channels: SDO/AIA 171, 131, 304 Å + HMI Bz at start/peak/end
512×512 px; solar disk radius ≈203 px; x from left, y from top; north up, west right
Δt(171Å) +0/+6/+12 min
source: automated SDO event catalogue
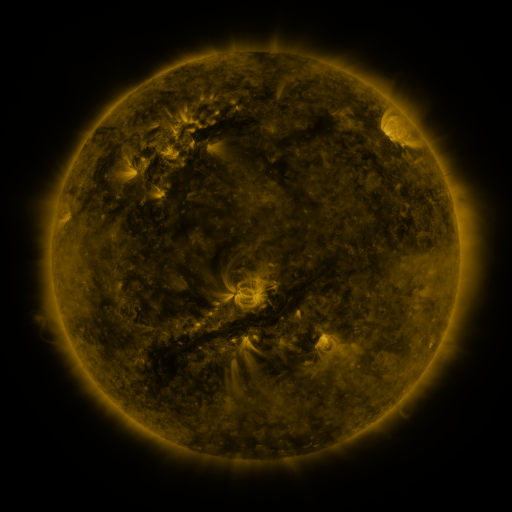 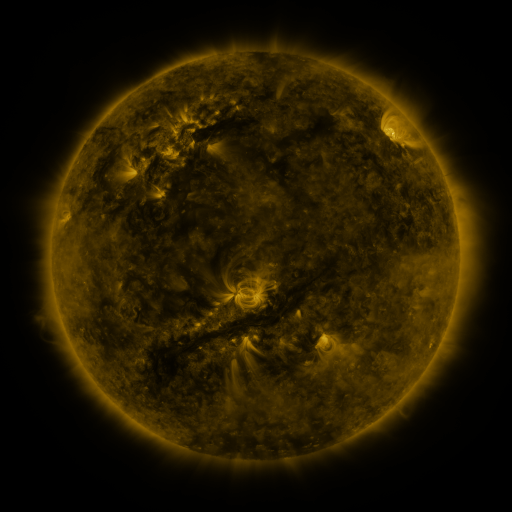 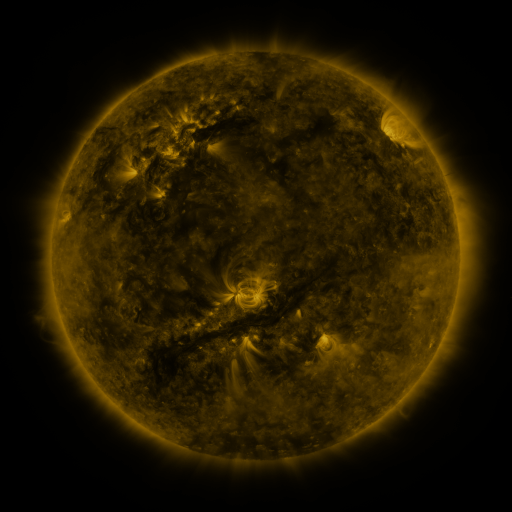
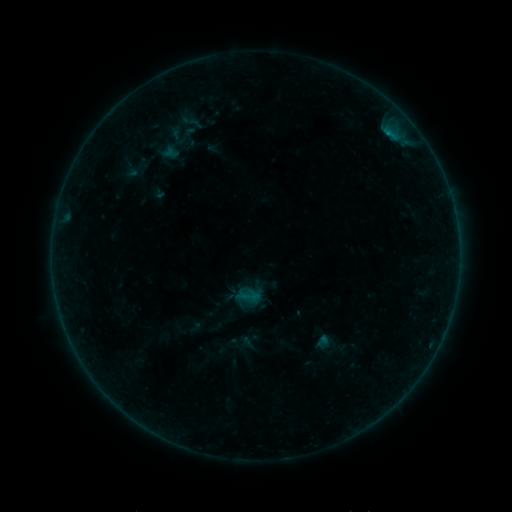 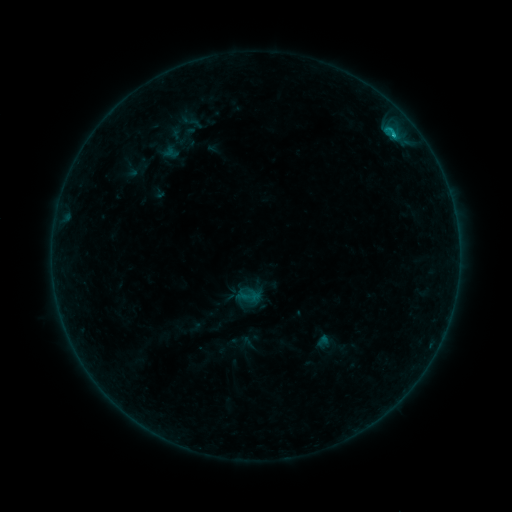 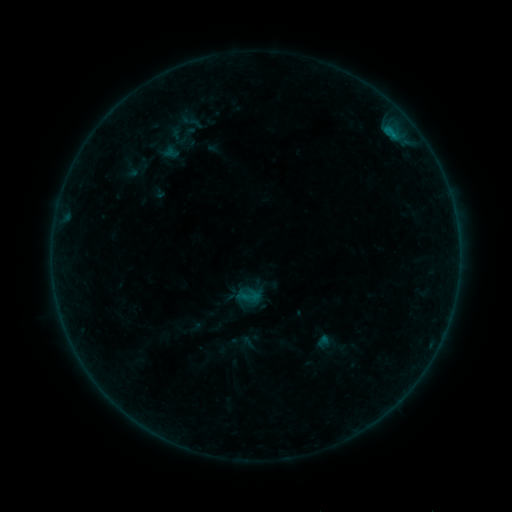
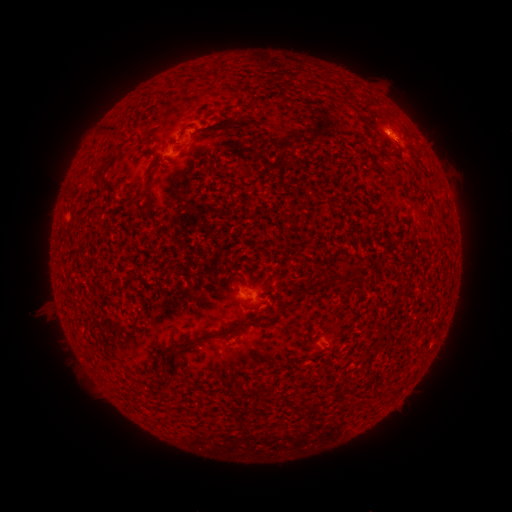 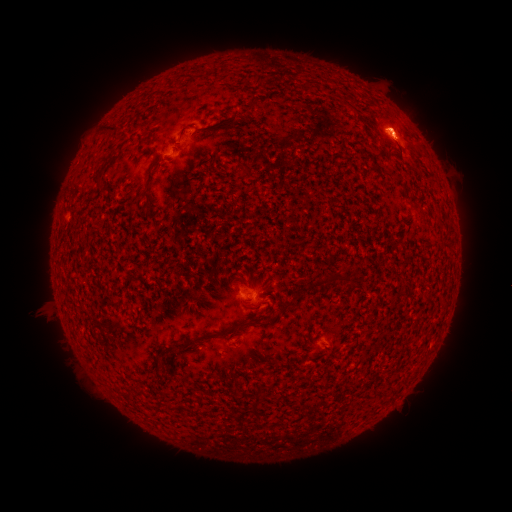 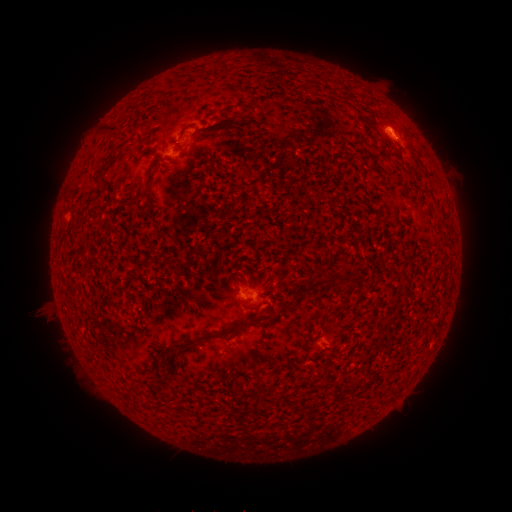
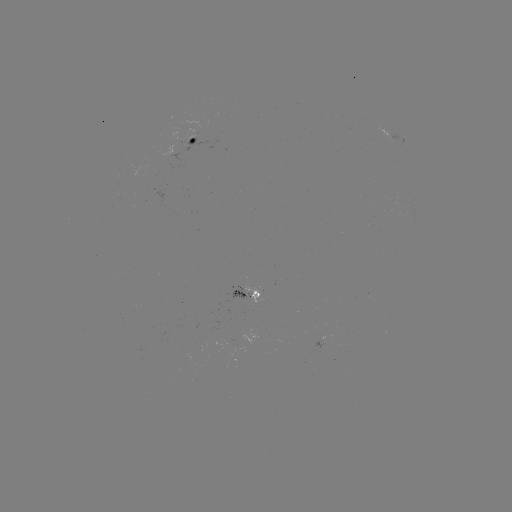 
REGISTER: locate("B6.4 flare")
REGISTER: [390, 136]